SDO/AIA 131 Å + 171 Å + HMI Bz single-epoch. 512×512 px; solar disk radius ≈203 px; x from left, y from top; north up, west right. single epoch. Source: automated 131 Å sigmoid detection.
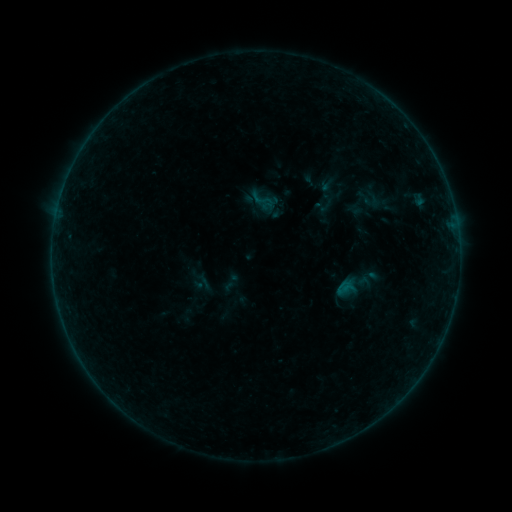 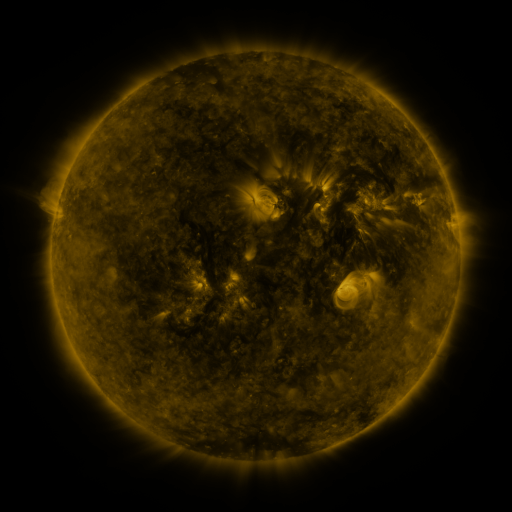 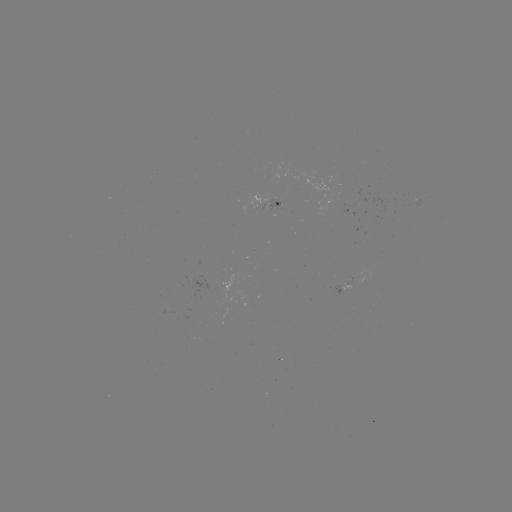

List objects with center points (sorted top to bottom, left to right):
sigmoid: [312, 194, 336, 216]
